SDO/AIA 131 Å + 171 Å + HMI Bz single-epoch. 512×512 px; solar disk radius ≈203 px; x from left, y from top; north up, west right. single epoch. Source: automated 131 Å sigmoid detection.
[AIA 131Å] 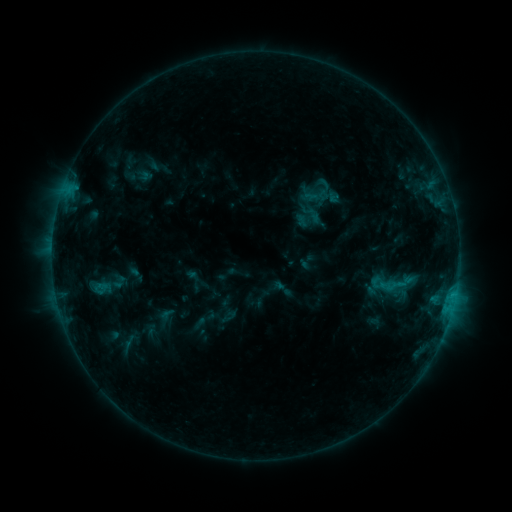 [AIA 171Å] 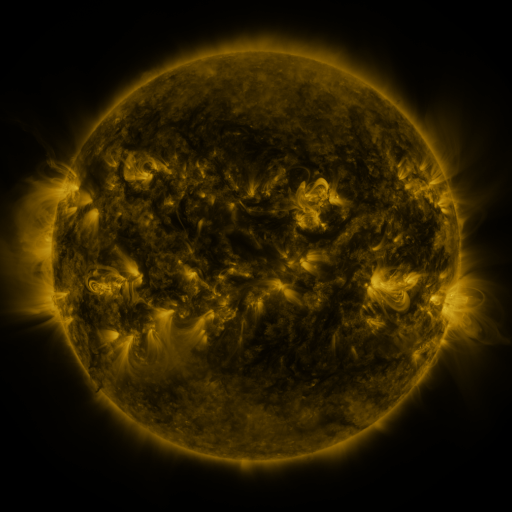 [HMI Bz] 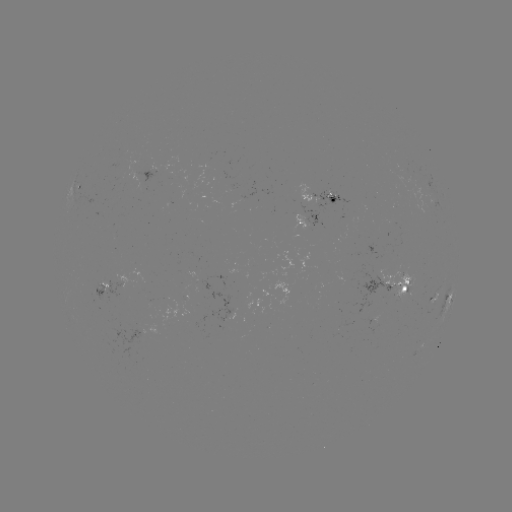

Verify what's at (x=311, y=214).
sigmoid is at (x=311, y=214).